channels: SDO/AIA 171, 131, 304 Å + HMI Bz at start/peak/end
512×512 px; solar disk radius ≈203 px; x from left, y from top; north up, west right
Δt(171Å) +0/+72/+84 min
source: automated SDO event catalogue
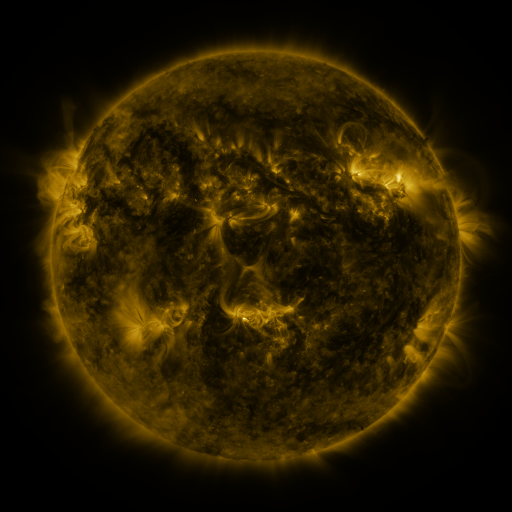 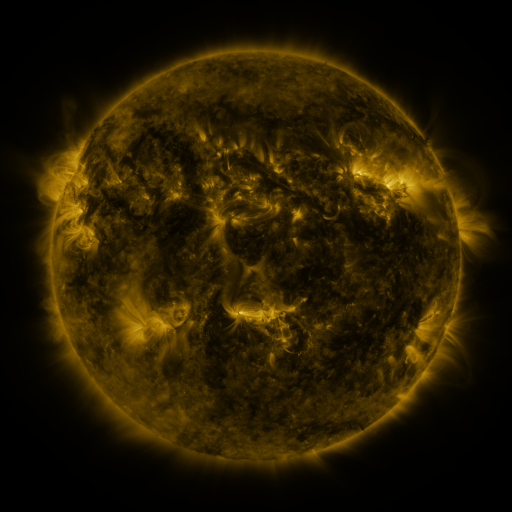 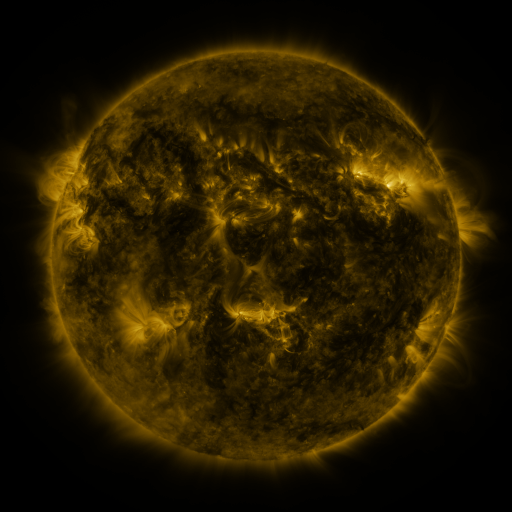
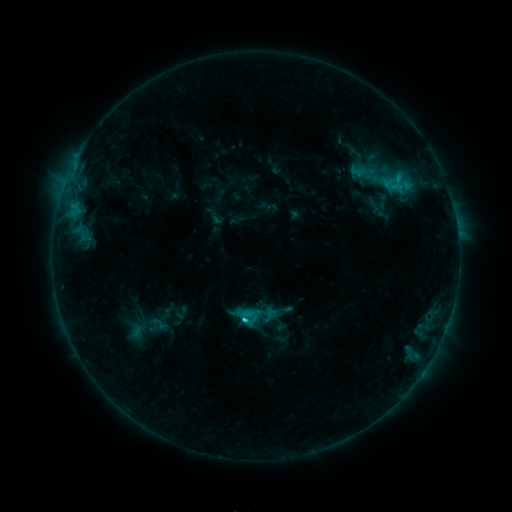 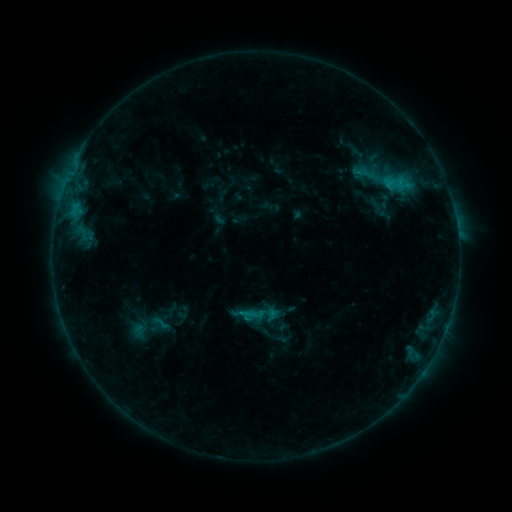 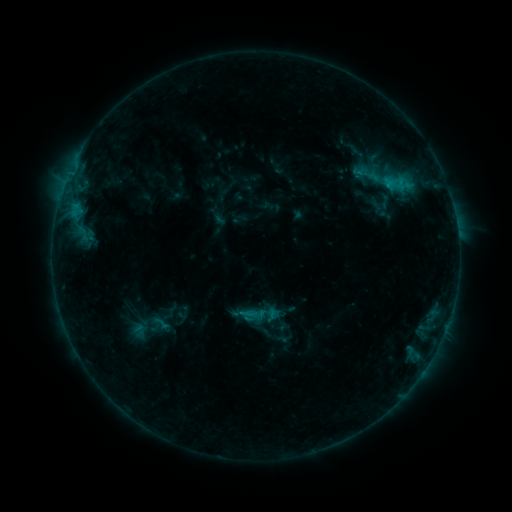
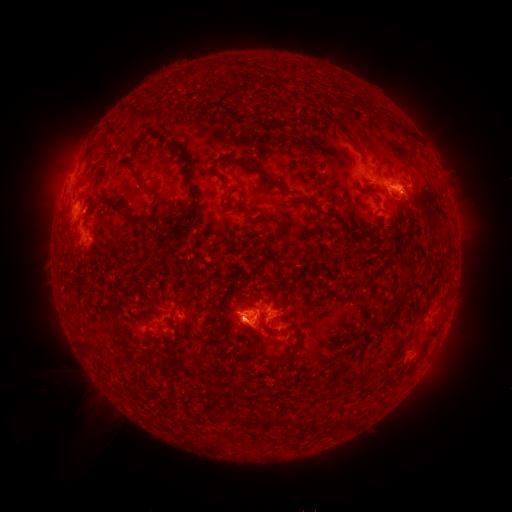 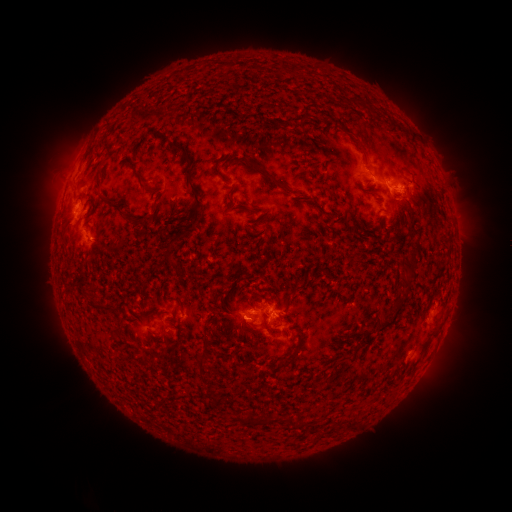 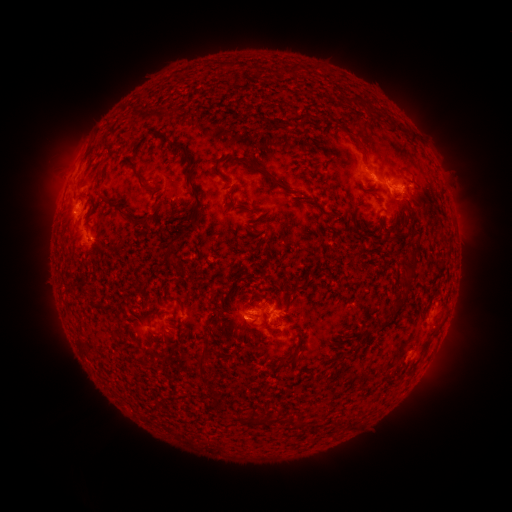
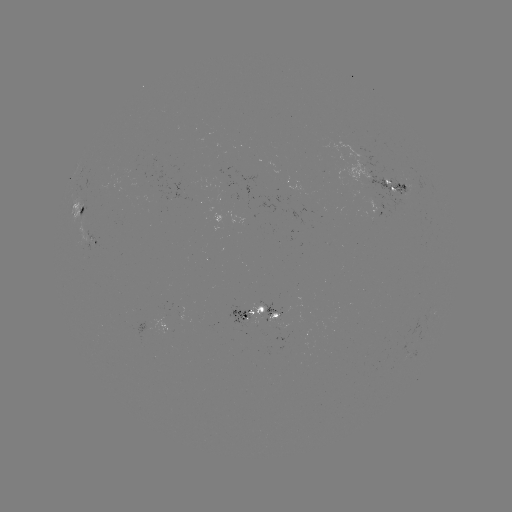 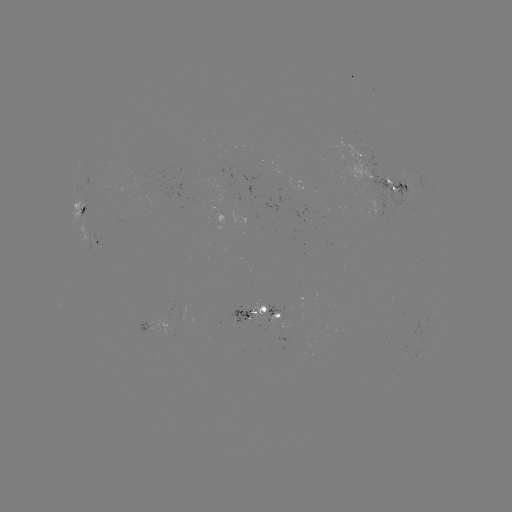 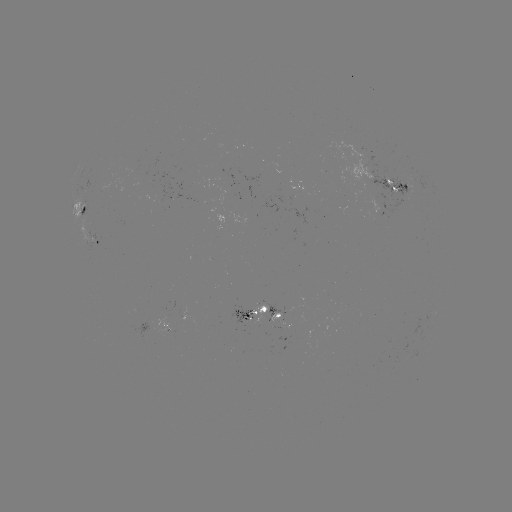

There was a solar emerging-flux region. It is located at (183, 195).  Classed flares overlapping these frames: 1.